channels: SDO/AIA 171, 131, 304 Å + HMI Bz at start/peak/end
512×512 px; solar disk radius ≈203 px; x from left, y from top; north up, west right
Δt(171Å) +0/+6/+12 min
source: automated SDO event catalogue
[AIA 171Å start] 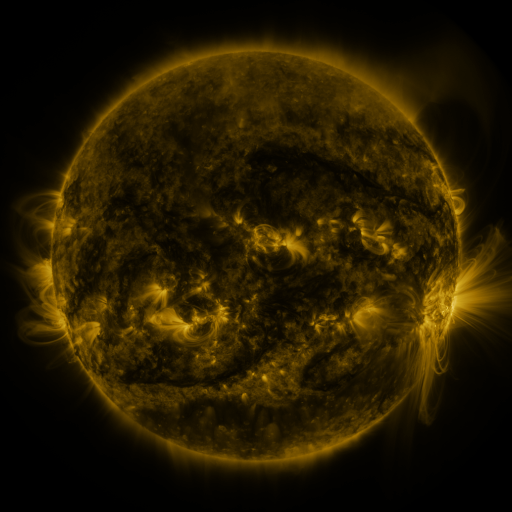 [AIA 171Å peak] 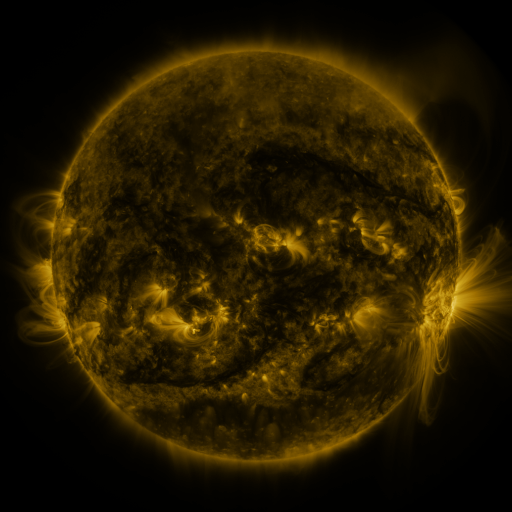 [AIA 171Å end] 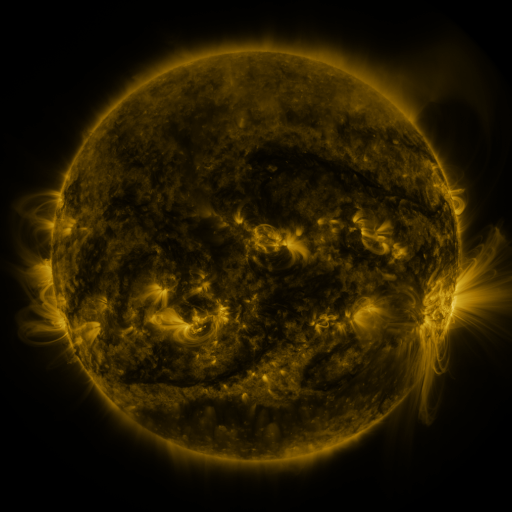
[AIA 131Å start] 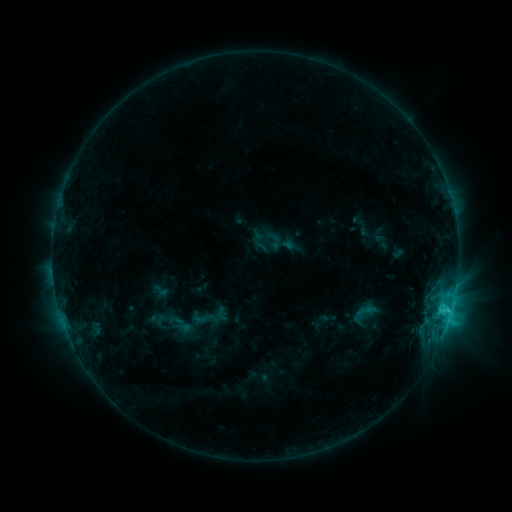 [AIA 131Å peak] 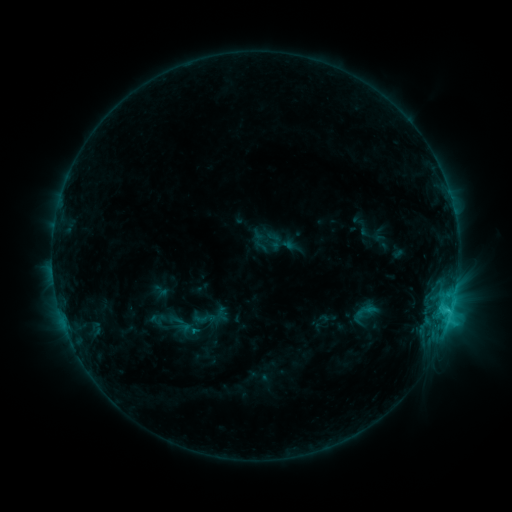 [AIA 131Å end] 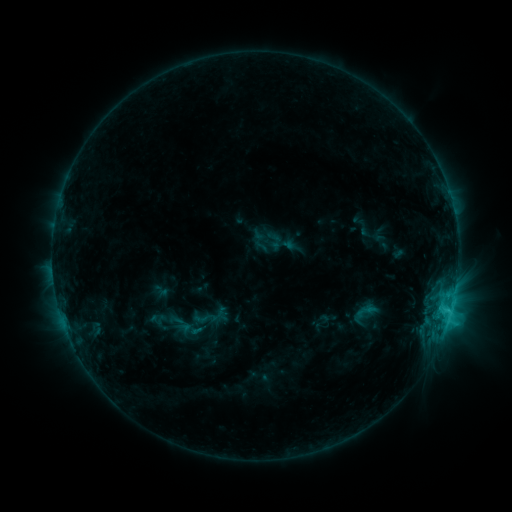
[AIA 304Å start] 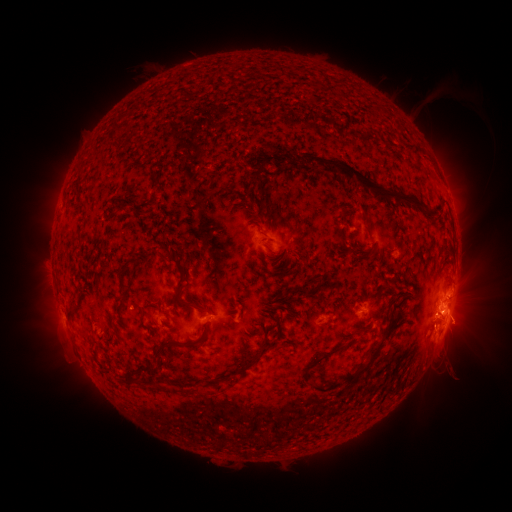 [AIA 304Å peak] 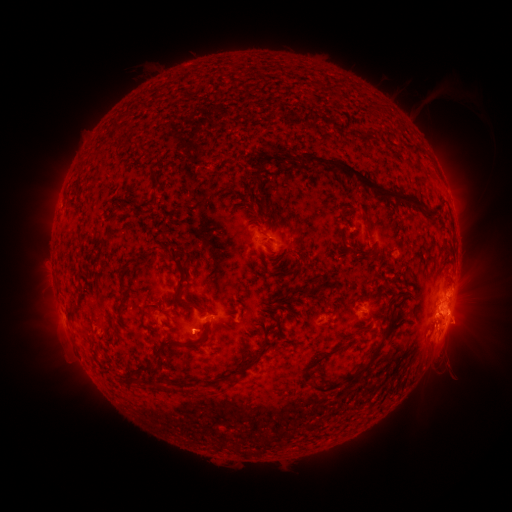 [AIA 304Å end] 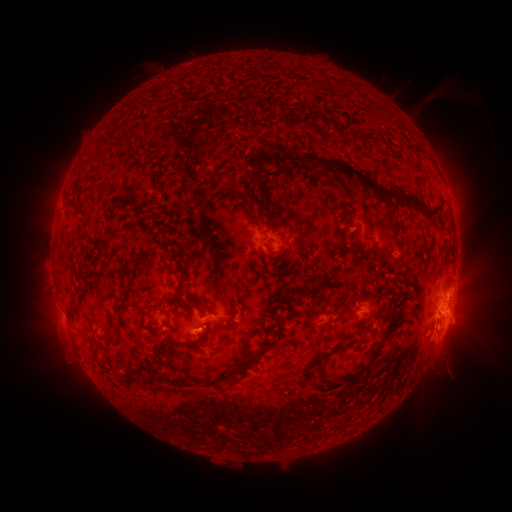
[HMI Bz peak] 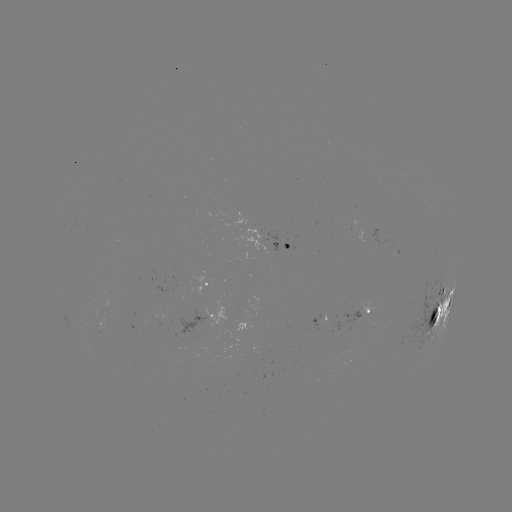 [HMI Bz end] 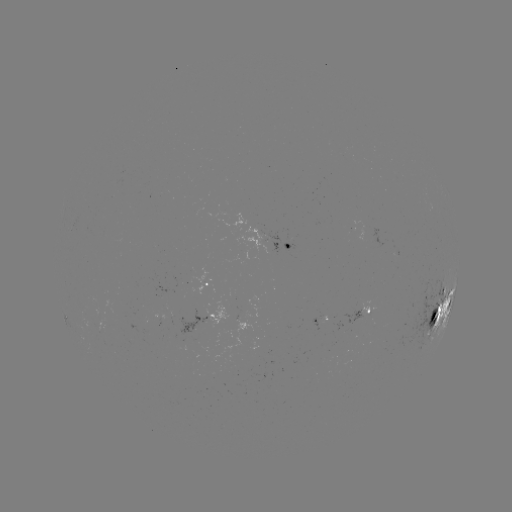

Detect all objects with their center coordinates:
eruption: (195, 337)
